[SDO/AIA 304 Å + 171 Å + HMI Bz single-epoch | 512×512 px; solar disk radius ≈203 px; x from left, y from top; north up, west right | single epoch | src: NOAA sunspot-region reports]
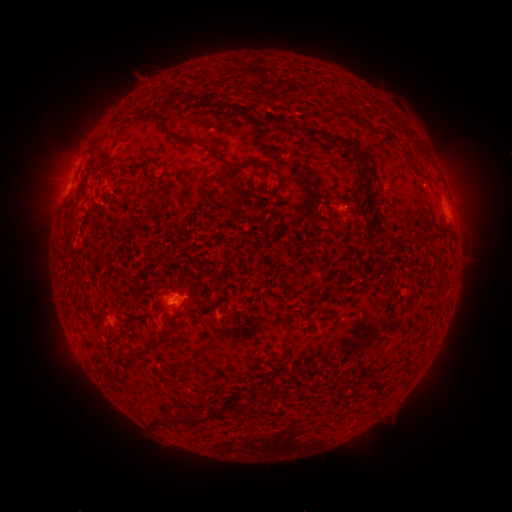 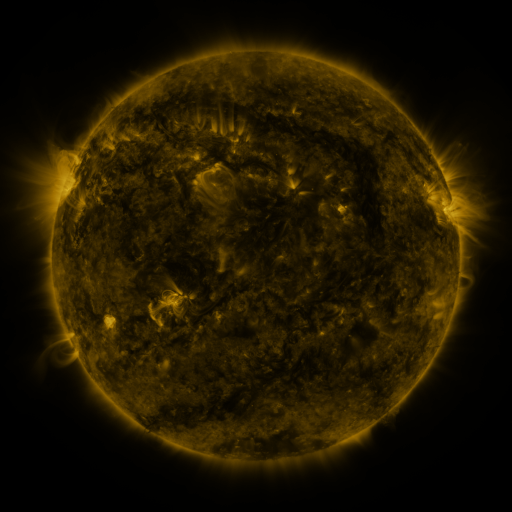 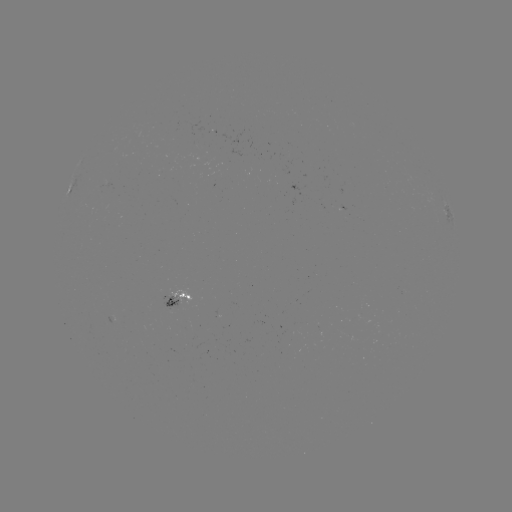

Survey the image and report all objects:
spotted active region: (447, 214)
spotted active region: (176, 291)
